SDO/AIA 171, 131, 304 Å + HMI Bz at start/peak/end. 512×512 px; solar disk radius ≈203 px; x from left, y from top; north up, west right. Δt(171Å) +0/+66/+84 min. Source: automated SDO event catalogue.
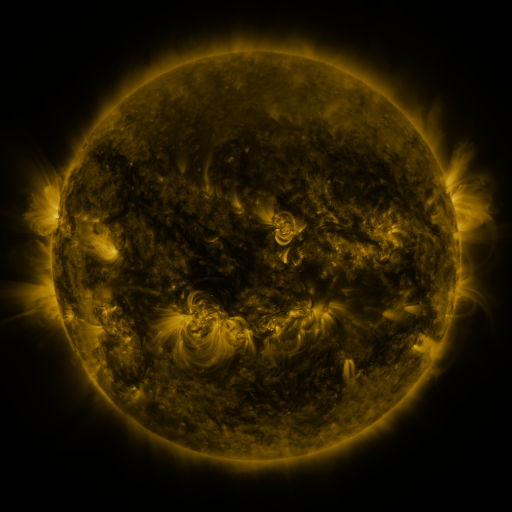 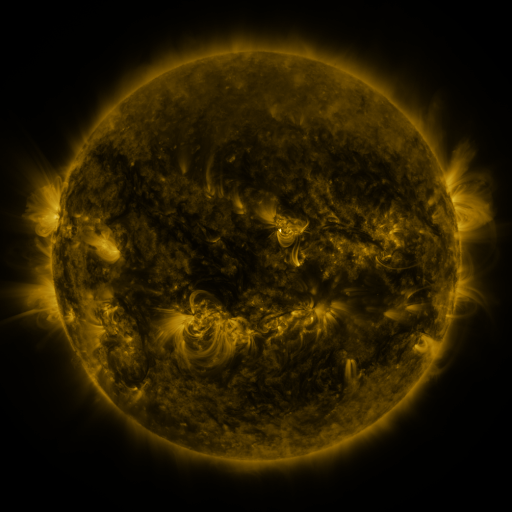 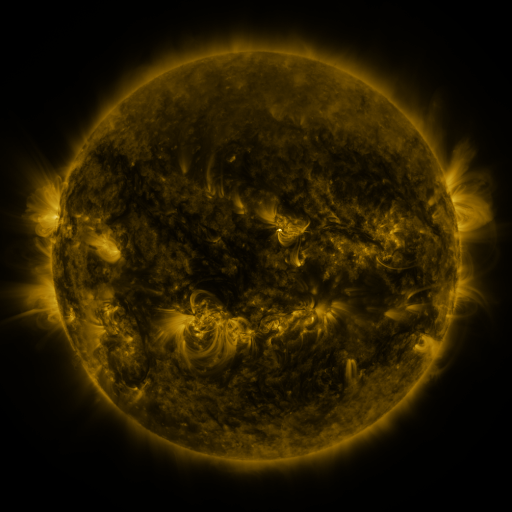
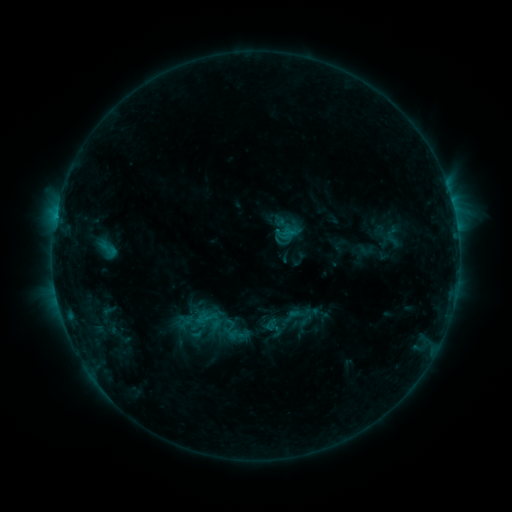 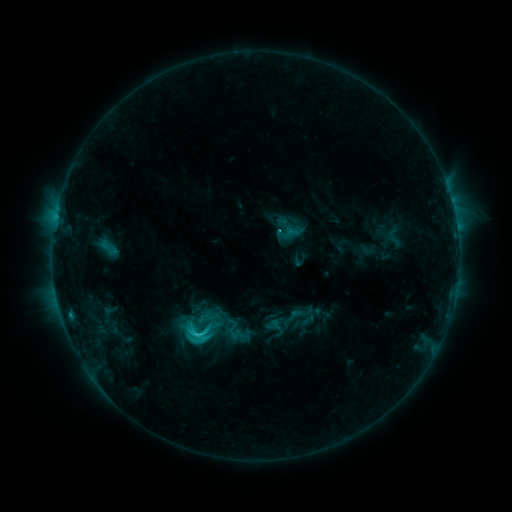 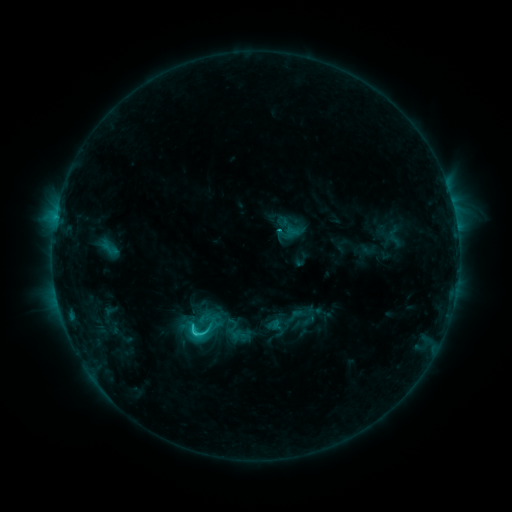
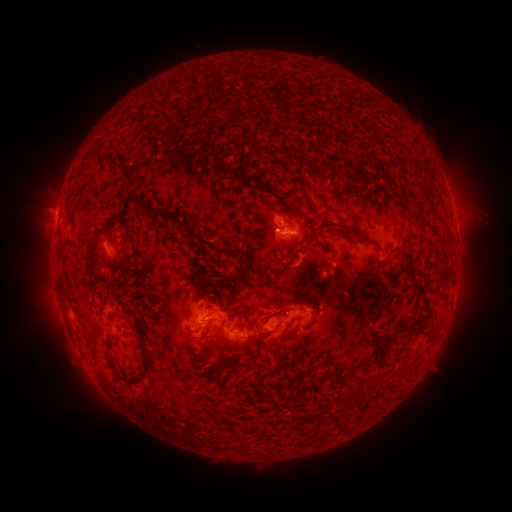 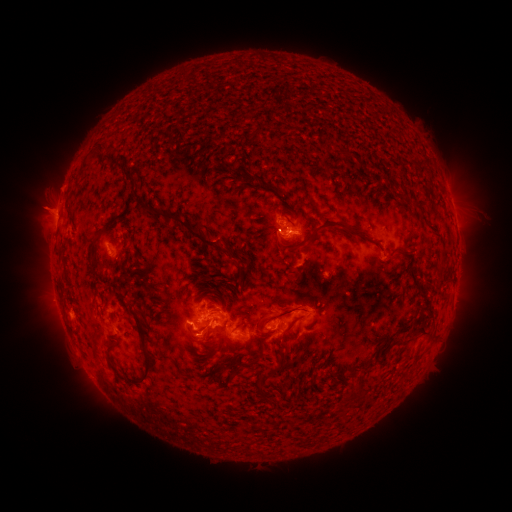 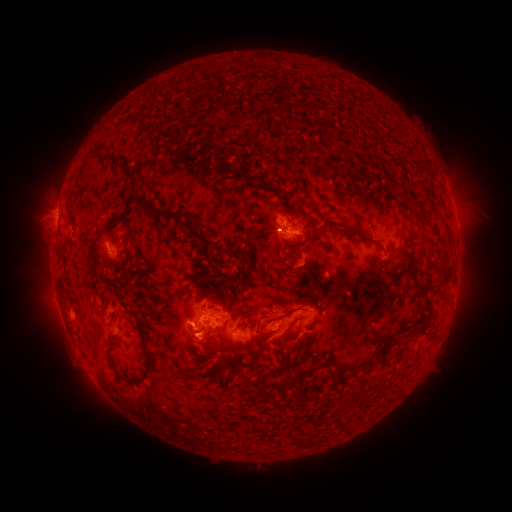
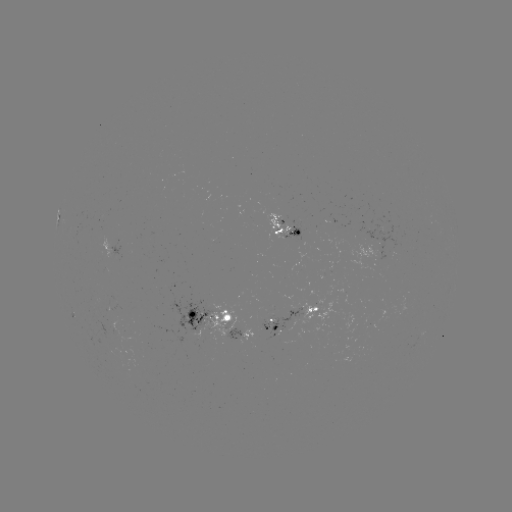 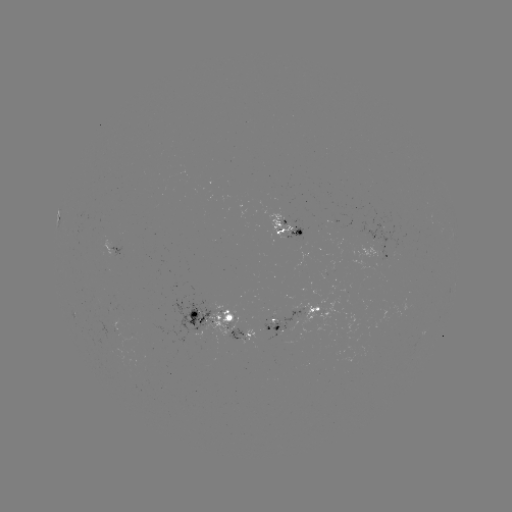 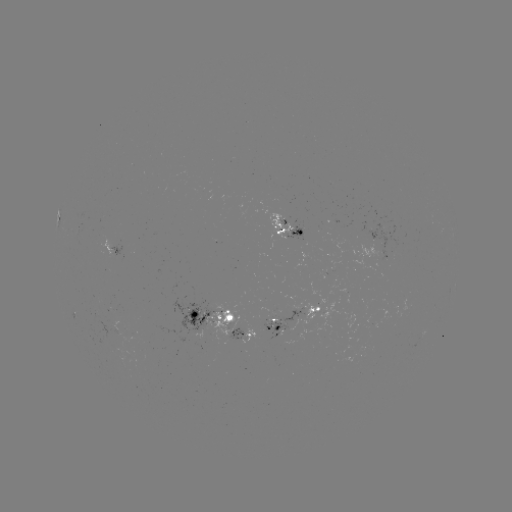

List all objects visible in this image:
C3.2 flare: (198, 334)
